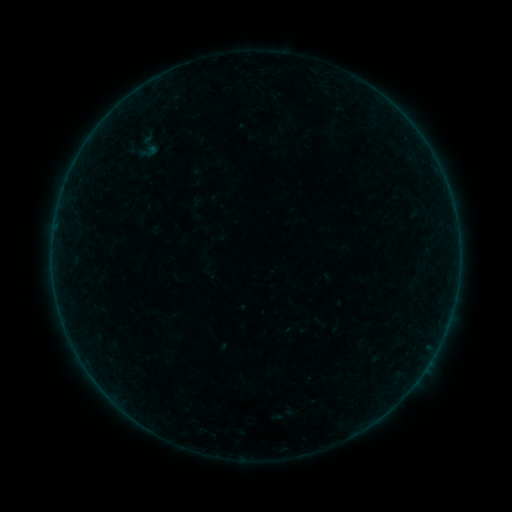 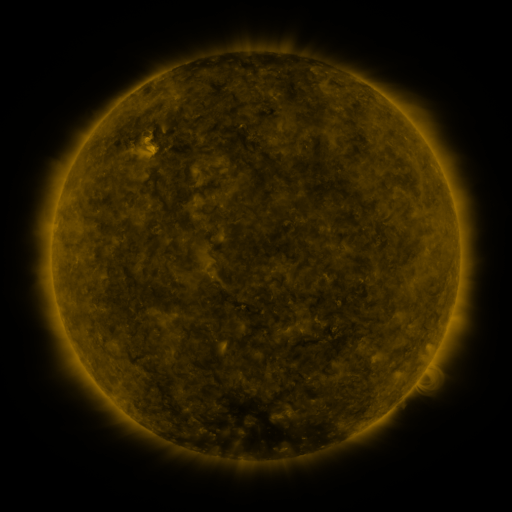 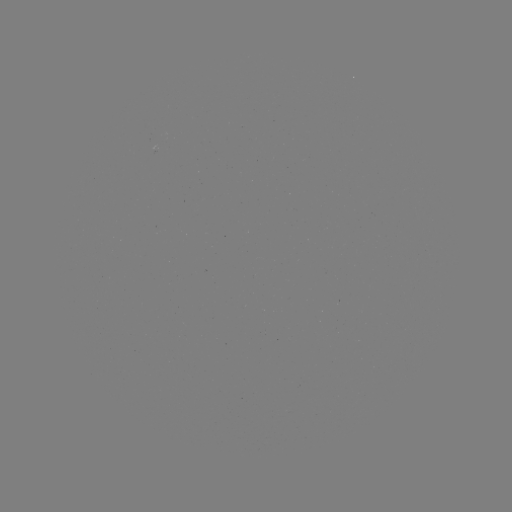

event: sigmoid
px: (148, 146)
